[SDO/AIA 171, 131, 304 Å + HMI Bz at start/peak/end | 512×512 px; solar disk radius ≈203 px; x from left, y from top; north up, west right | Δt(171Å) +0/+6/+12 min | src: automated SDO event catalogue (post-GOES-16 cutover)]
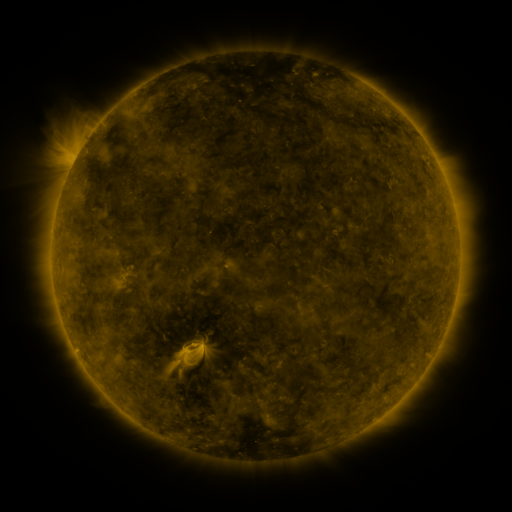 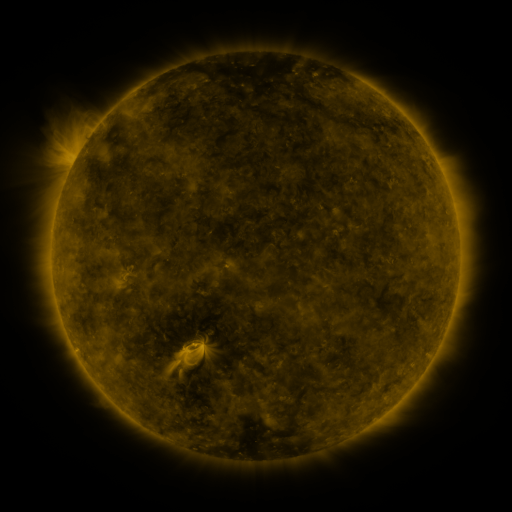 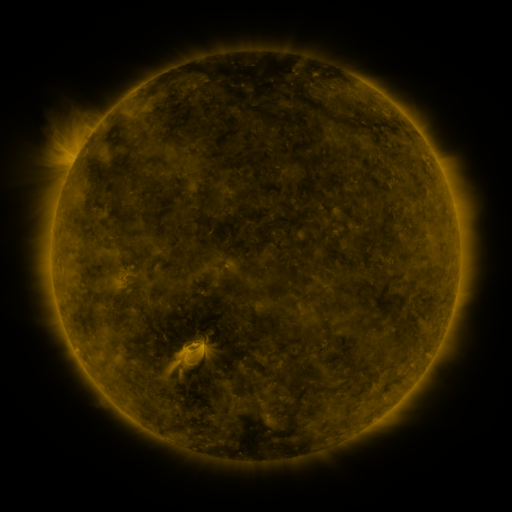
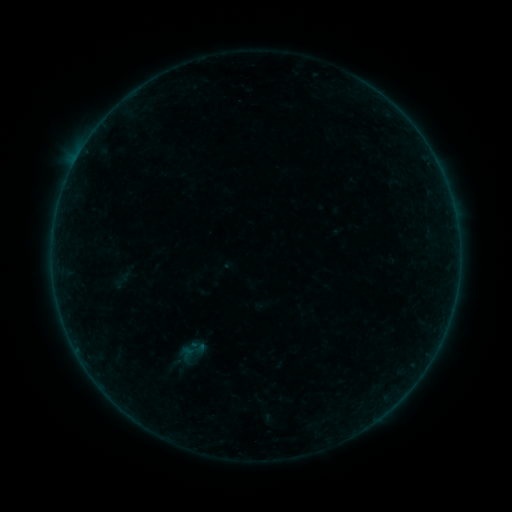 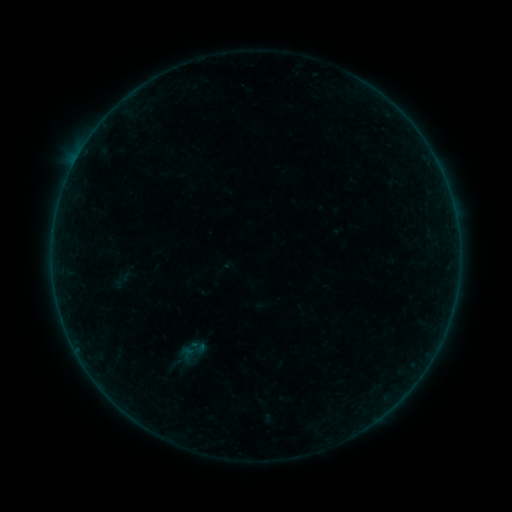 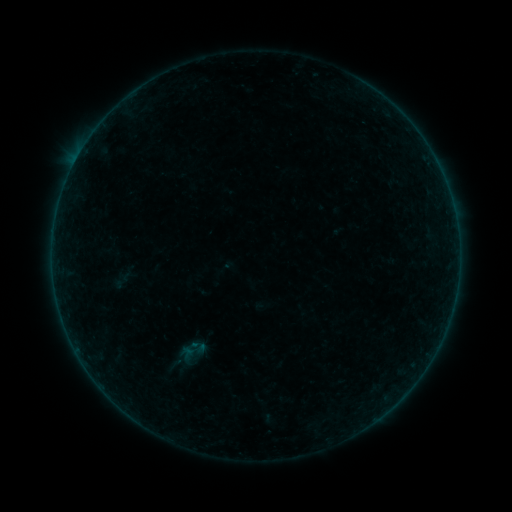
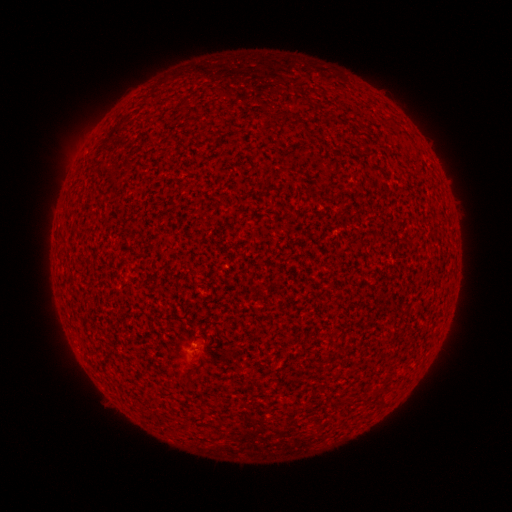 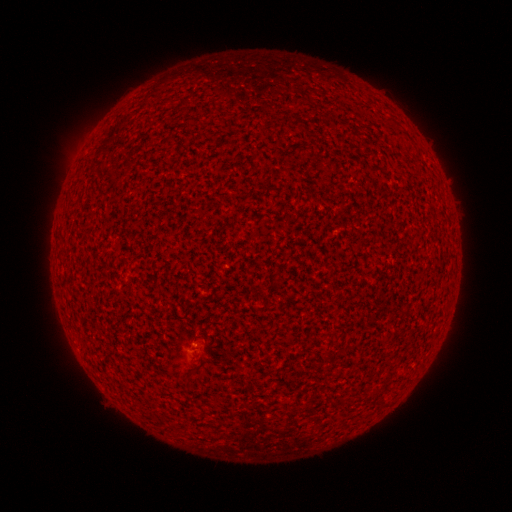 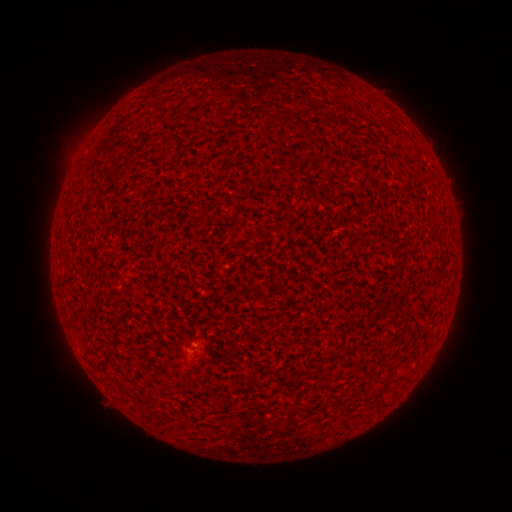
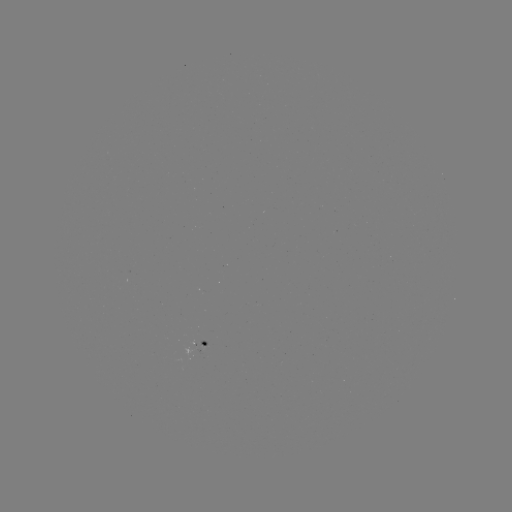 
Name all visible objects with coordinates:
A3.1 flare: (197, 345)
